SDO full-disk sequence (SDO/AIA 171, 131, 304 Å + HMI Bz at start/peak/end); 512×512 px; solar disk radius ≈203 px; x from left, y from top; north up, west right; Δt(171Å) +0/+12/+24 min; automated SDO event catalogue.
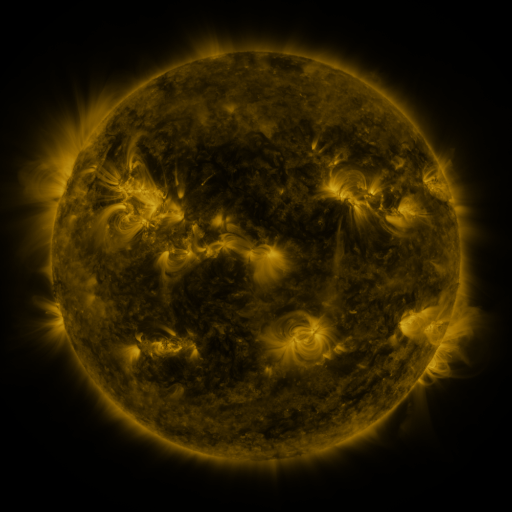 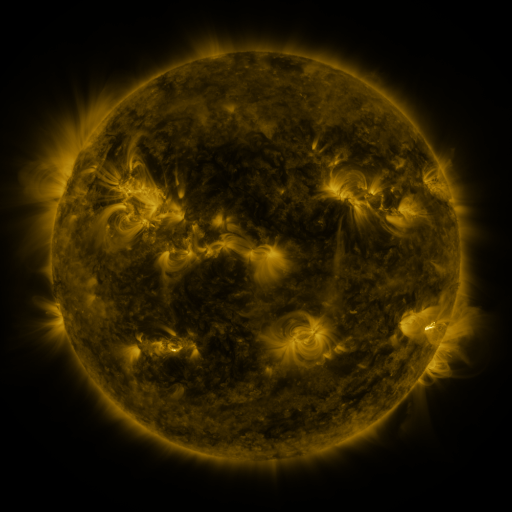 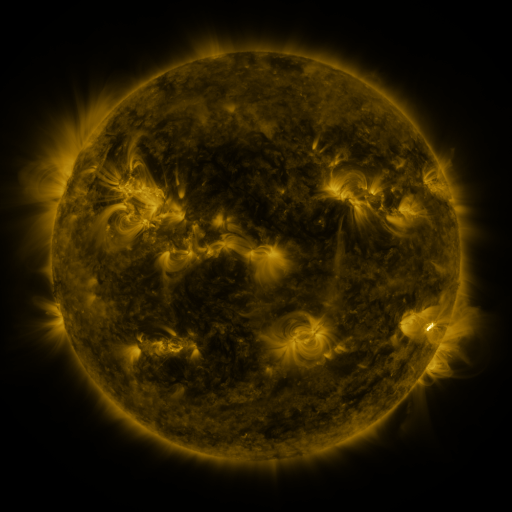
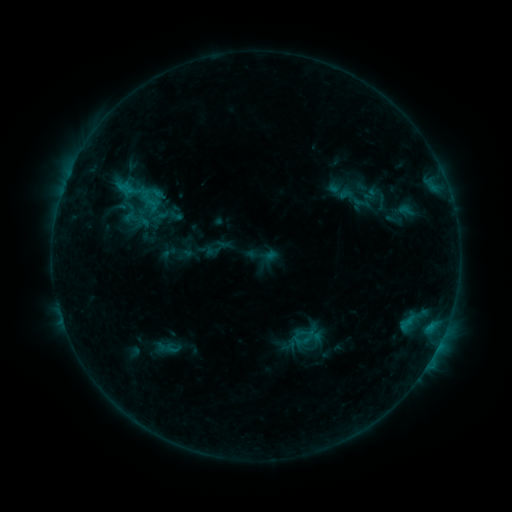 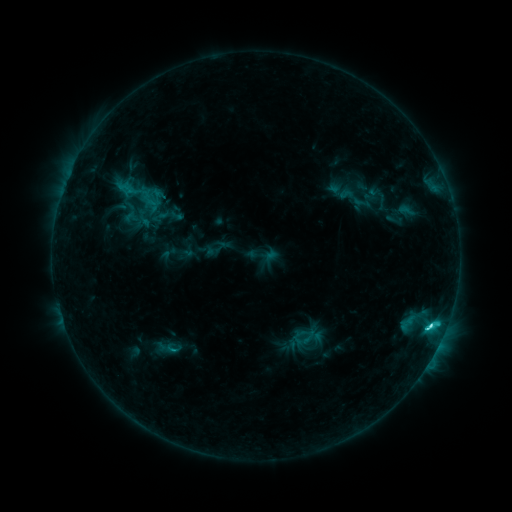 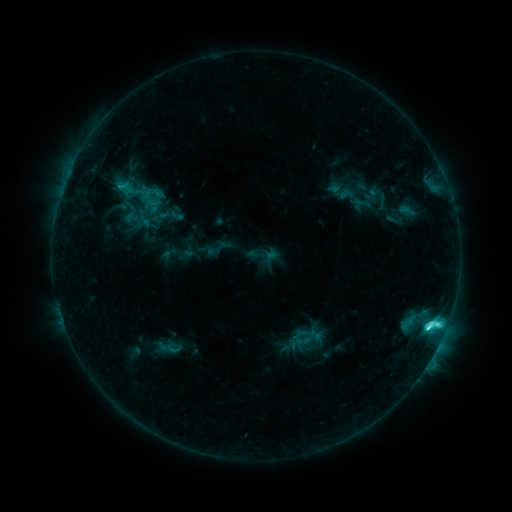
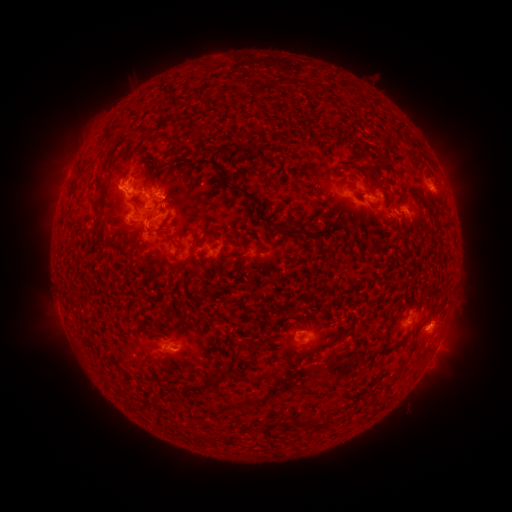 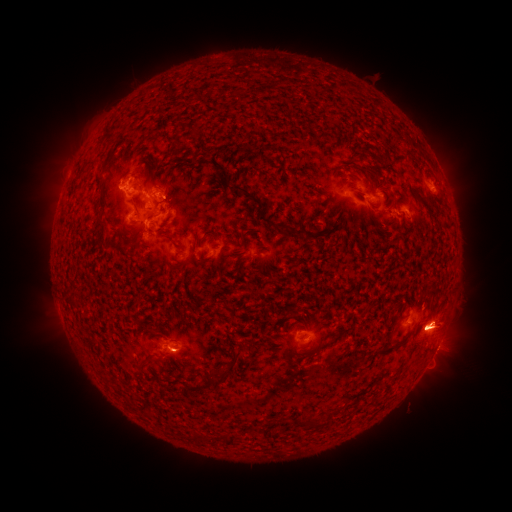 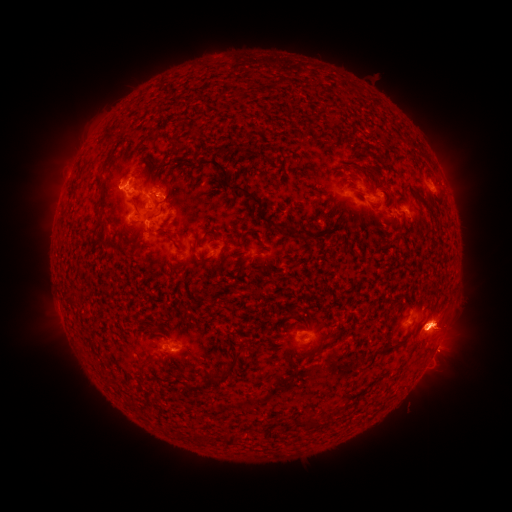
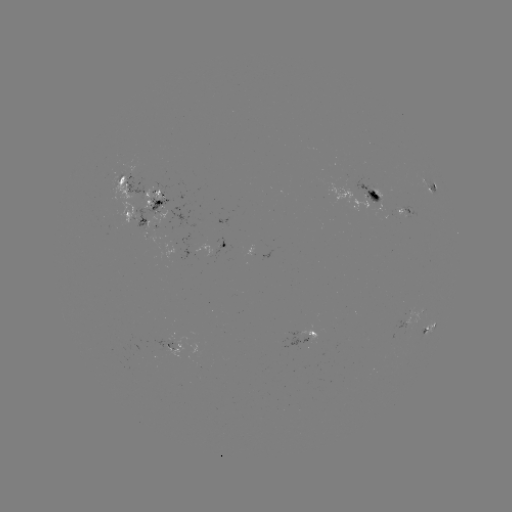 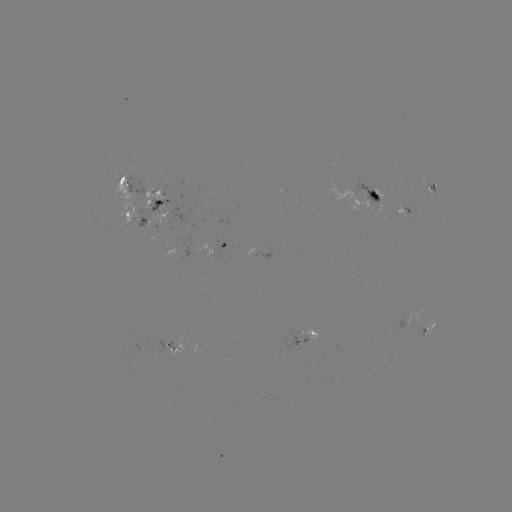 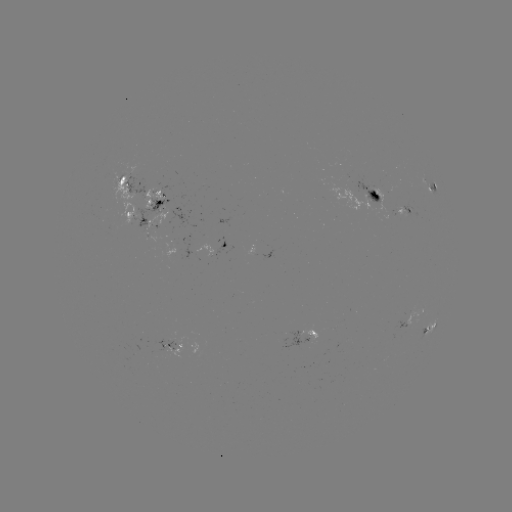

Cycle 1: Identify C7.8 flare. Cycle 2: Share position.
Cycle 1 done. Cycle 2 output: (429, 326).